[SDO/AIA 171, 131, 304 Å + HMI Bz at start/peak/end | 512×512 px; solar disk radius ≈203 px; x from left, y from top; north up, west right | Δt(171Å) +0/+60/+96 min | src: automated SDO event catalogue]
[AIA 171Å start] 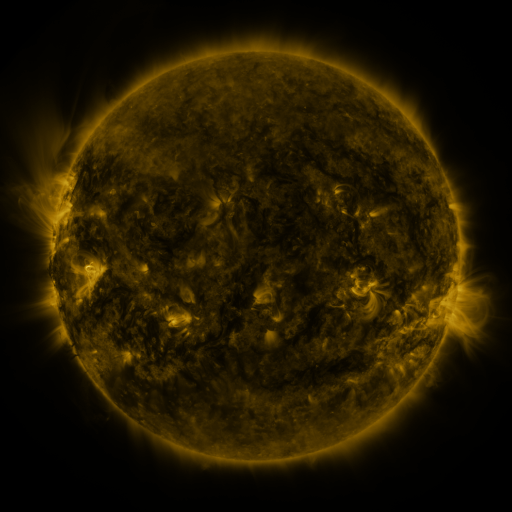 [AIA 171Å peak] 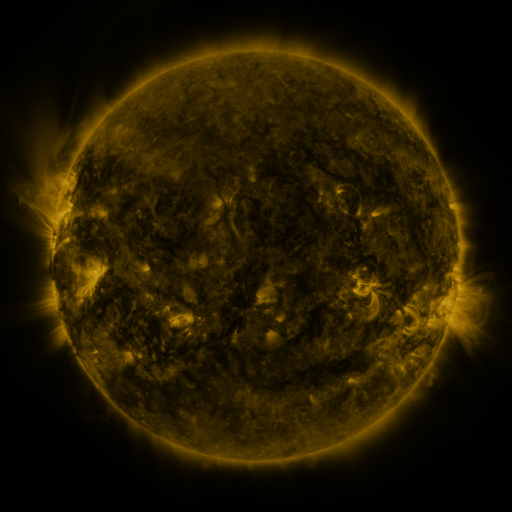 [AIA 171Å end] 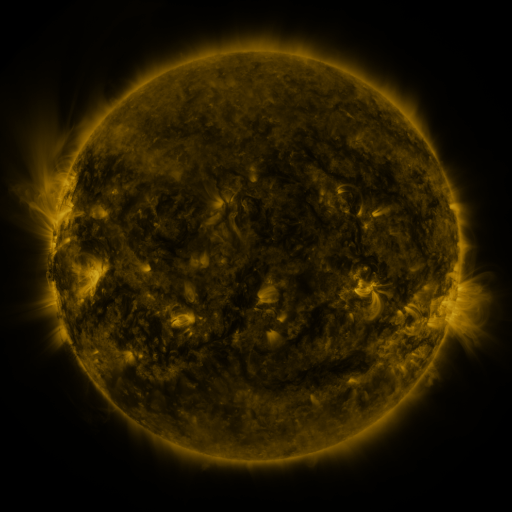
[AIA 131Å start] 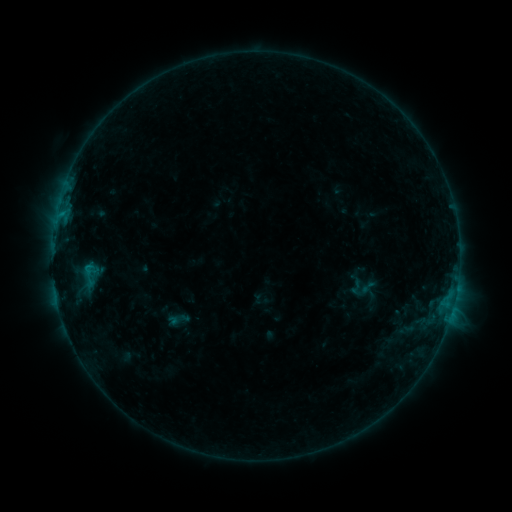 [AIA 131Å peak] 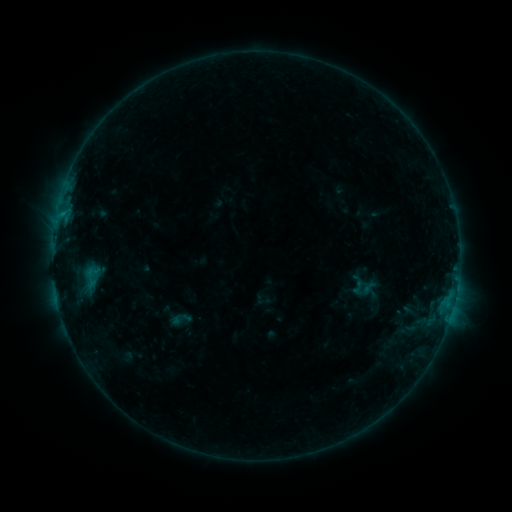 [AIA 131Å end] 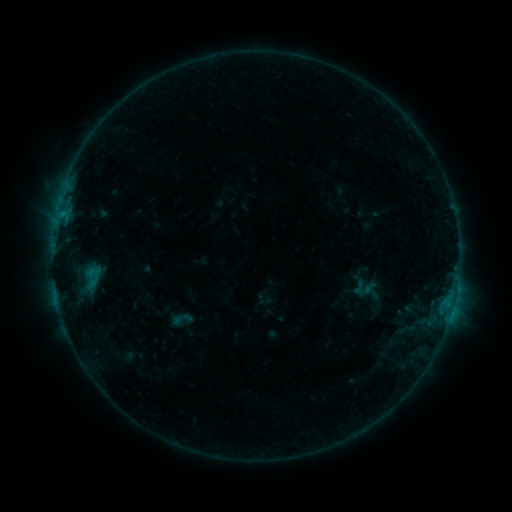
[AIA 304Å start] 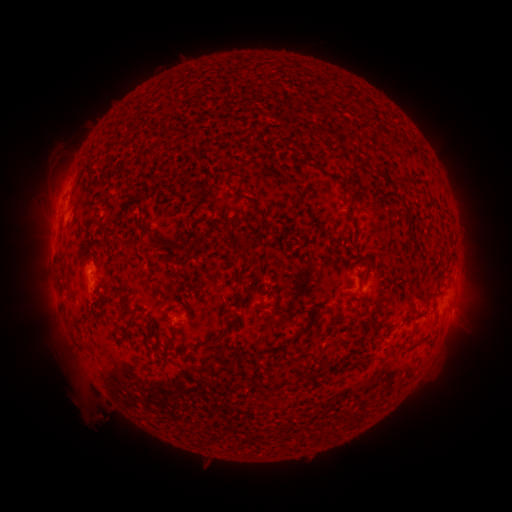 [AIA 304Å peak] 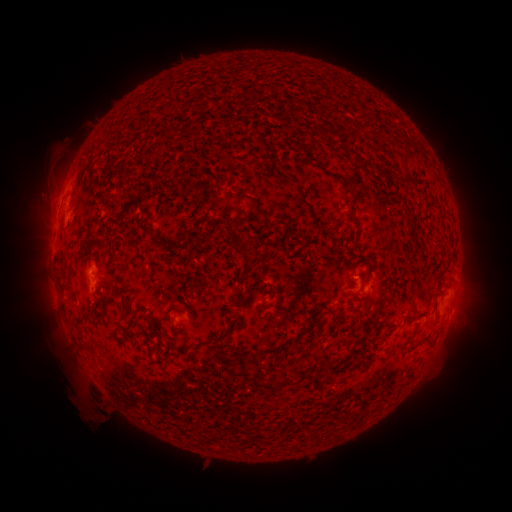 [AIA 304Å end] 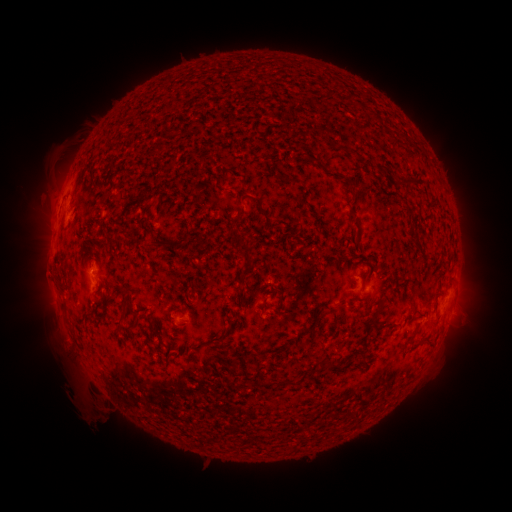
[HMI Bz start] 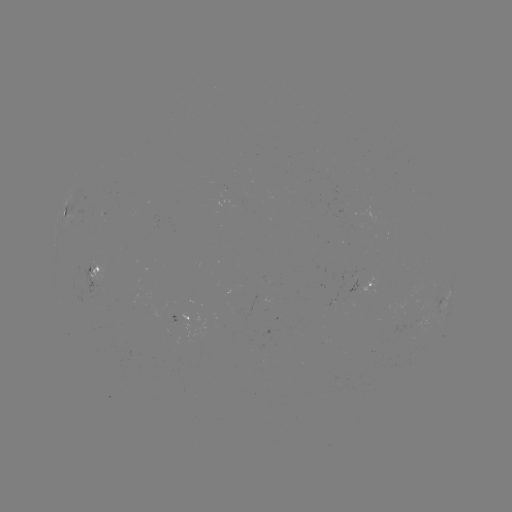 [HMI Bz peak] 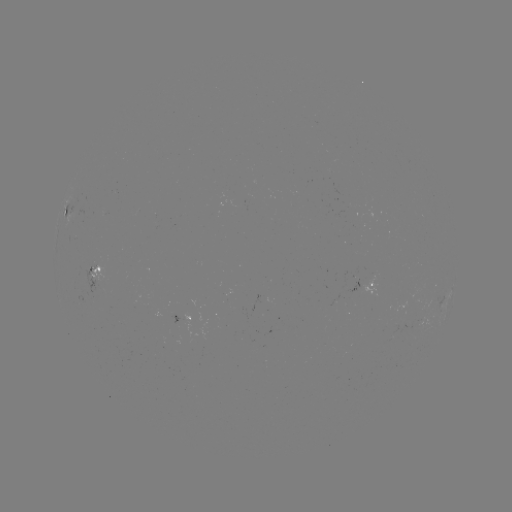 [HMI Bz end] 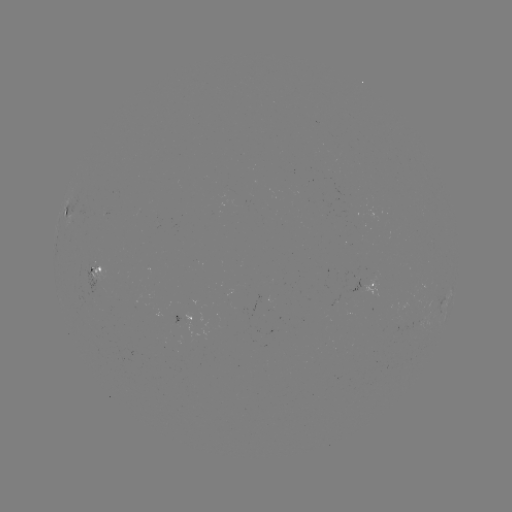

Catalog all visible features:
emerging-flux region: (352, 212)
